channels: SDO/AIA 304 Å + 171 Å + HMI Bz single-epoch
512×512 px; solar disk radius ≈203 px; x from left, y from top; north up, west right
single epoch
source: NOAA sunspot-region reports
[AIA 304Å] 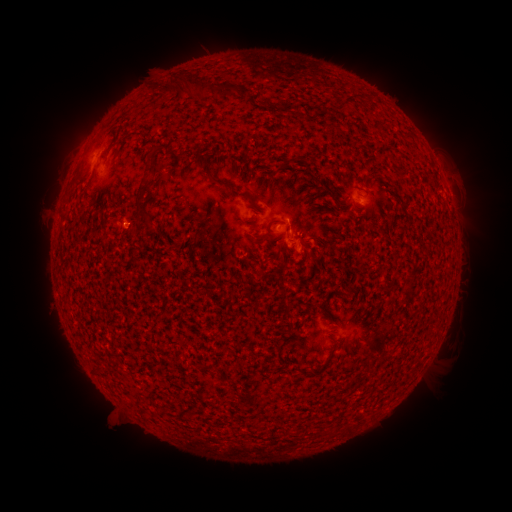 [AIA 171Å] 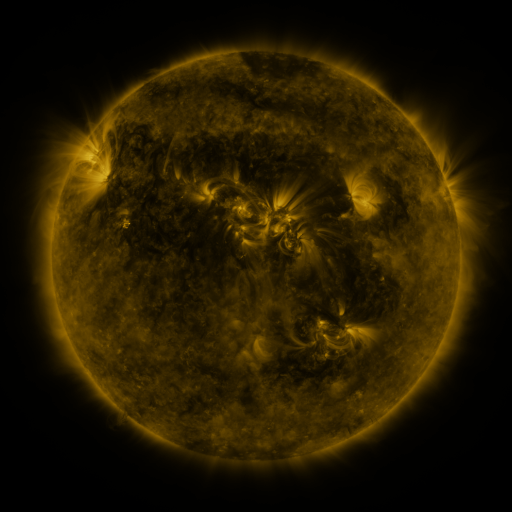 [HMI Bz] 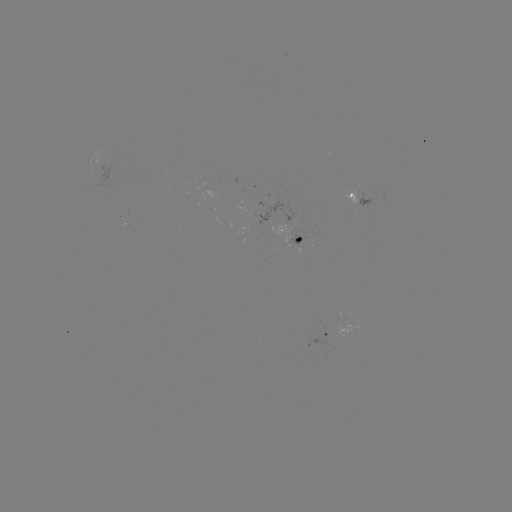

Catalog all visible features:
spotted active region: (94, 152)
spotted active region: (359, 201)
spotted active region: (297, 242)
spotted active region: (322, 335)
